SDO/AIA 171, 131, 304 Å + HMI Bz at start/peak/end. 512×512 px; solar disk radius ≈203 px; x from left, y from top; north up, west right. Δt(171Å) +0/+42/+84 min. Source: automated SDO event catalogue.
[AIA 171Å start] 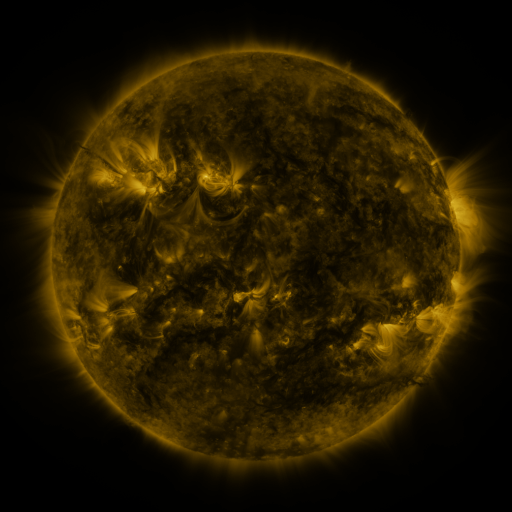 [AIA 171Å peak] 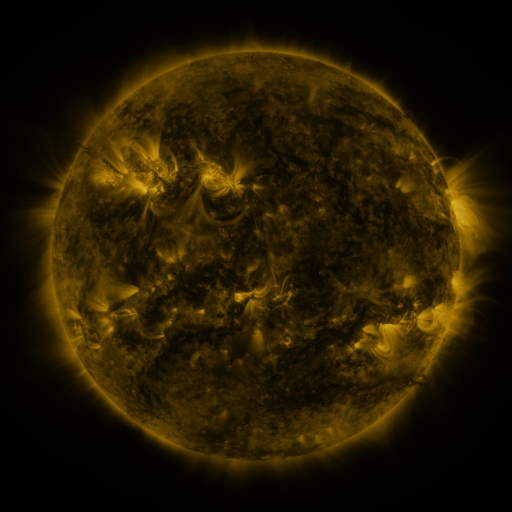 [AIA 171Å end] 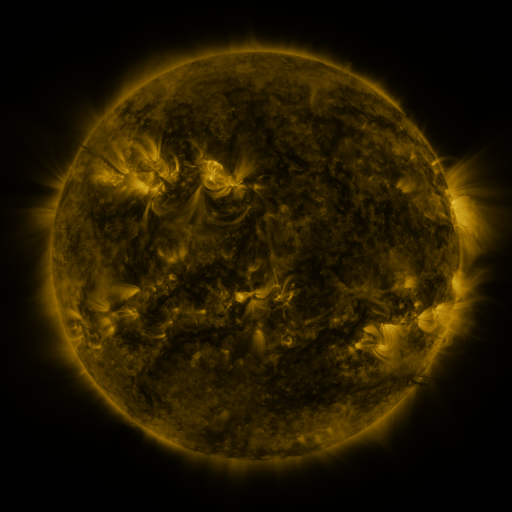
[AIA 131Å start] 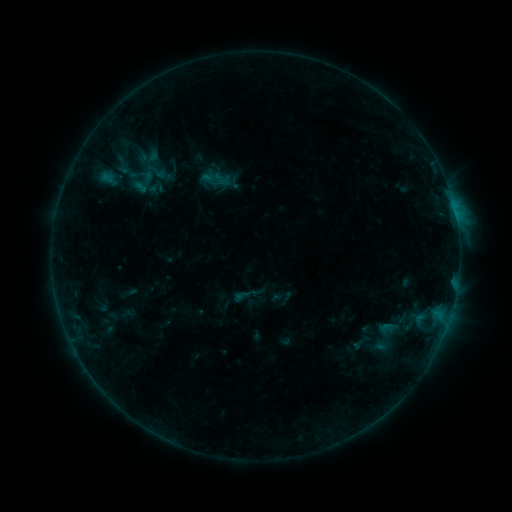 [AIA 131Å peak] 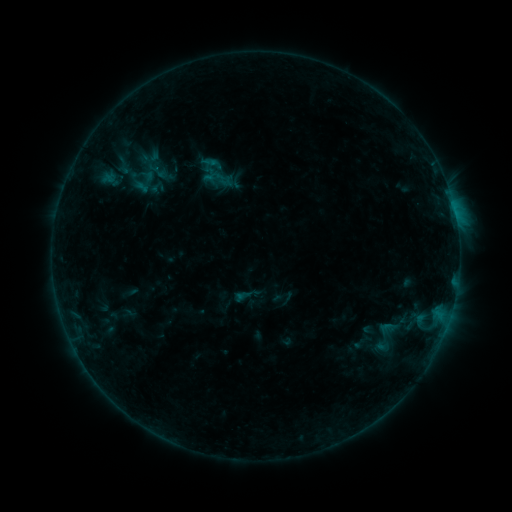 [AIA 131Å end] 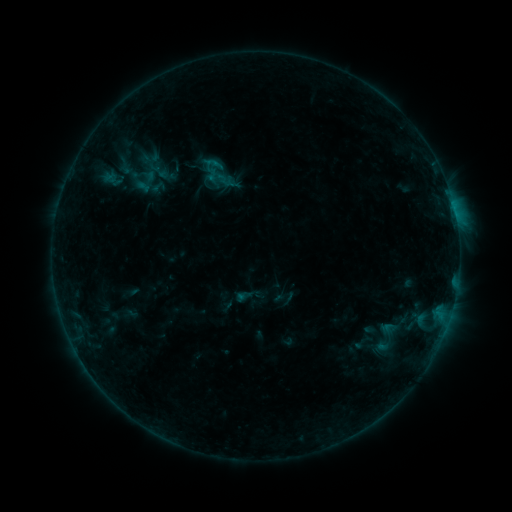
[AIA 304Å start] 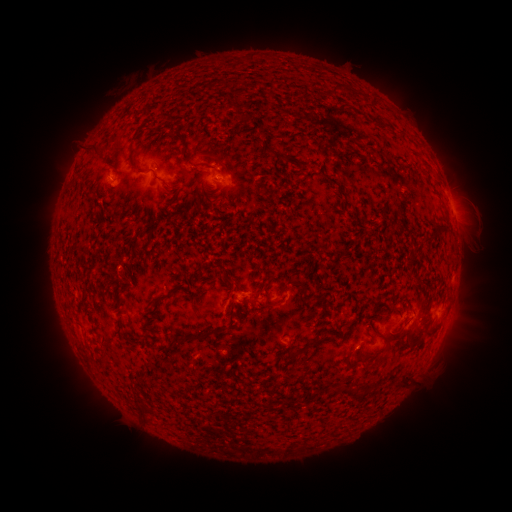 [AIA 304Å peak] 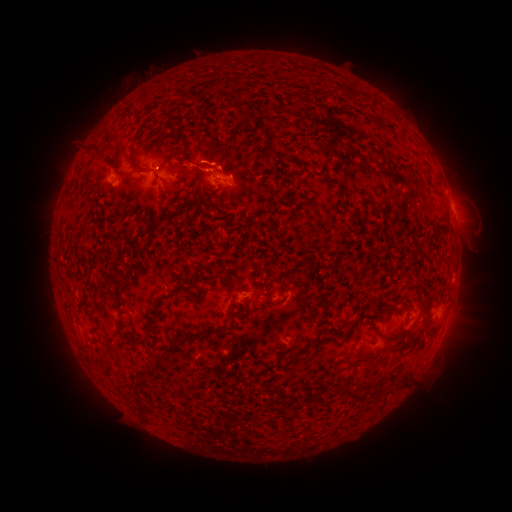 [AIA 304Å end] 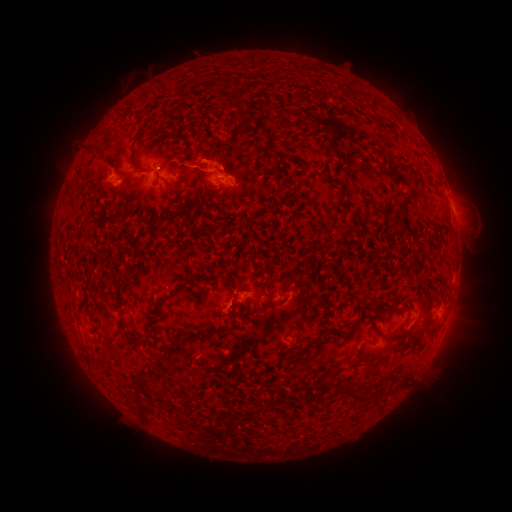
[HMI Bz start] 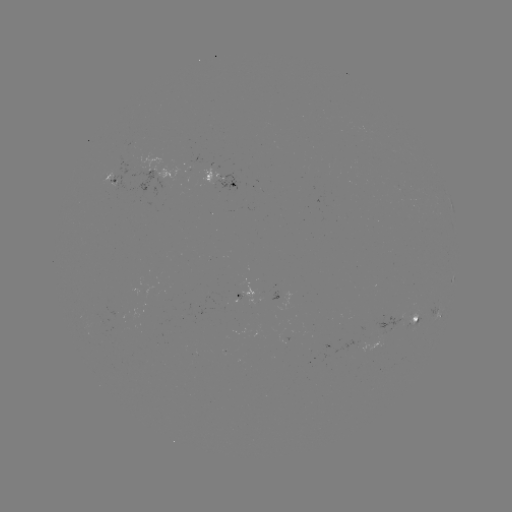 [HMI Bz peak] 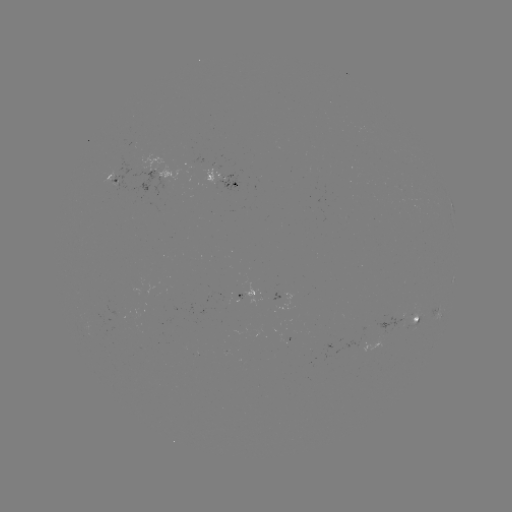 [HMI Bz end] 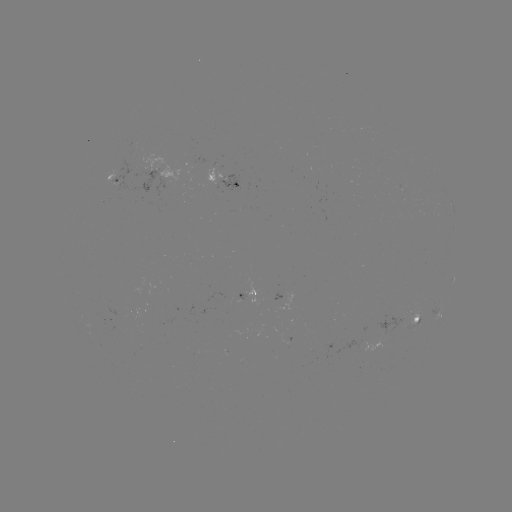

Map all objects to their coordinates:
B5.0 flare: (212, 165)
